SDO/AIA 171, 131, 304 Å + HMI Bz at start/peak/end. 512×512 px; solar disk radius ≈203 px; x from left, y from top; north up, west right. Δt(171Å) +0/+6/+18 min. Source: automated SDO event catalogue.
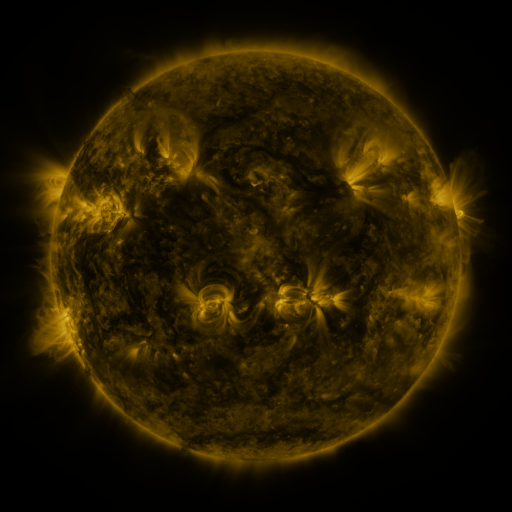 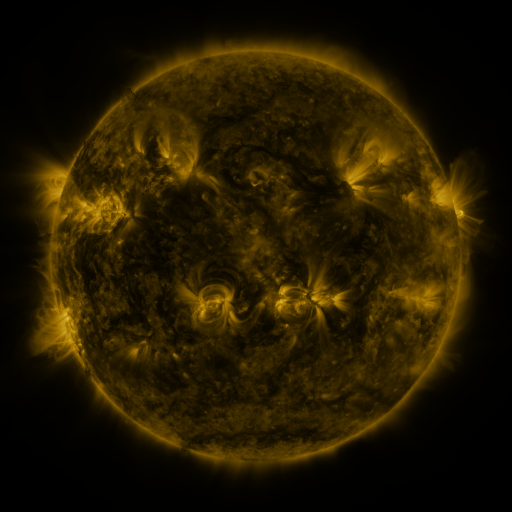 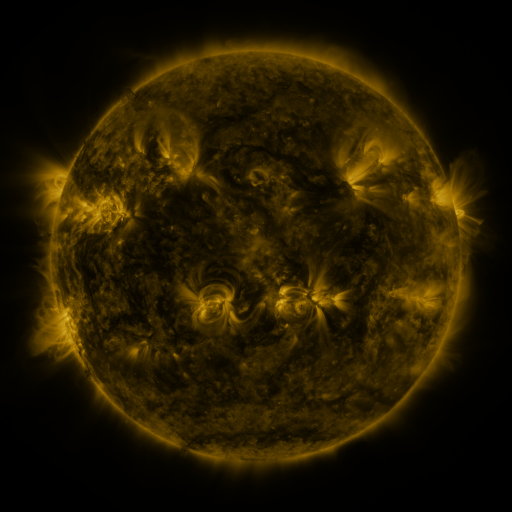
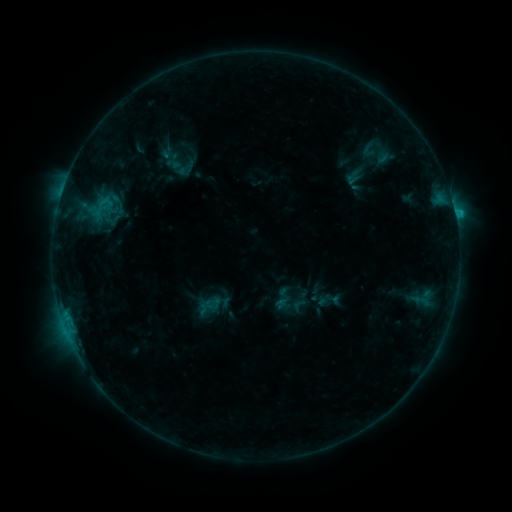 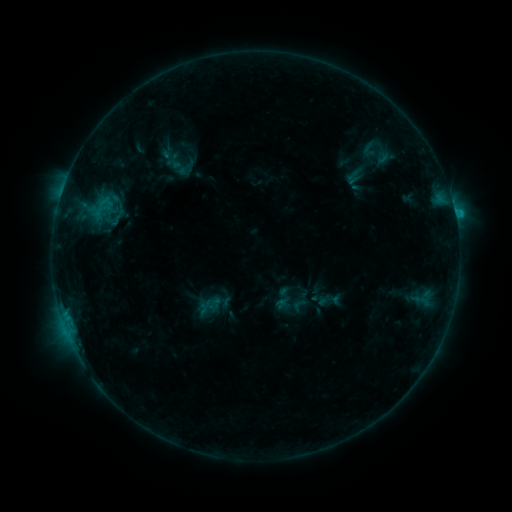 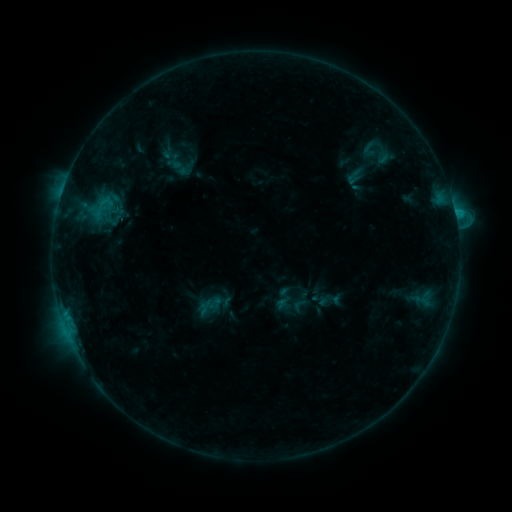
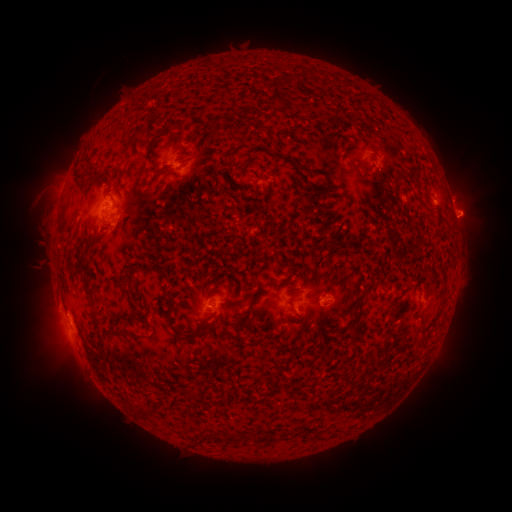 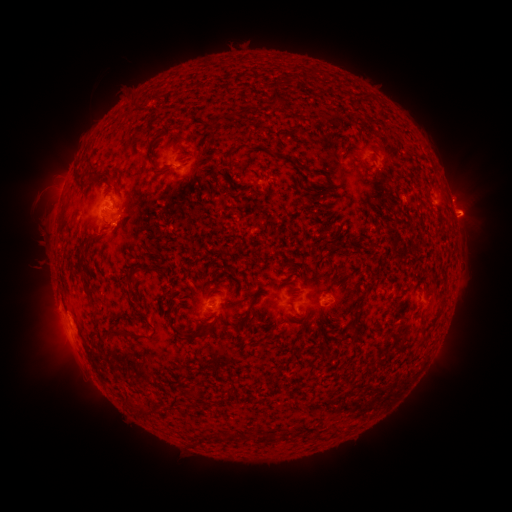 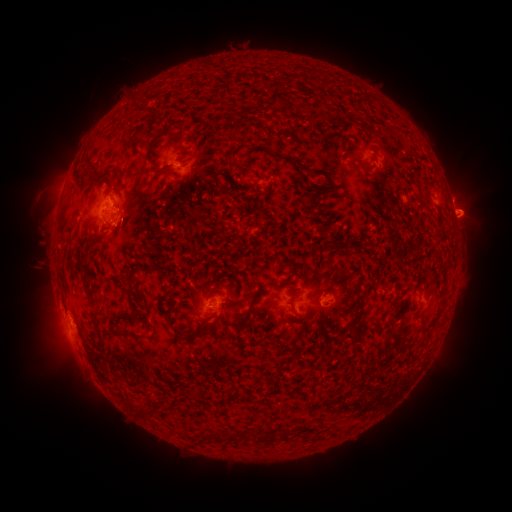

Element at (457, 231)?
C1.1 flare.